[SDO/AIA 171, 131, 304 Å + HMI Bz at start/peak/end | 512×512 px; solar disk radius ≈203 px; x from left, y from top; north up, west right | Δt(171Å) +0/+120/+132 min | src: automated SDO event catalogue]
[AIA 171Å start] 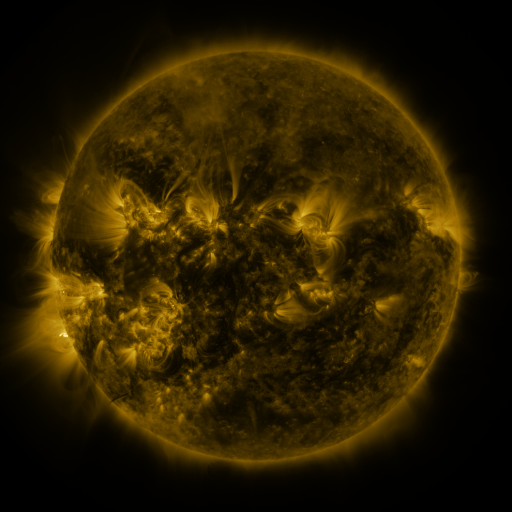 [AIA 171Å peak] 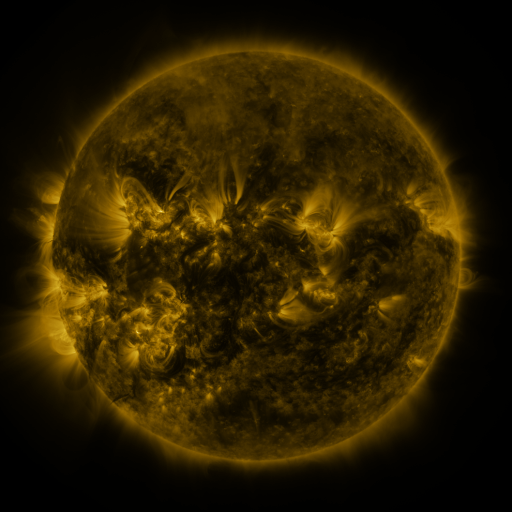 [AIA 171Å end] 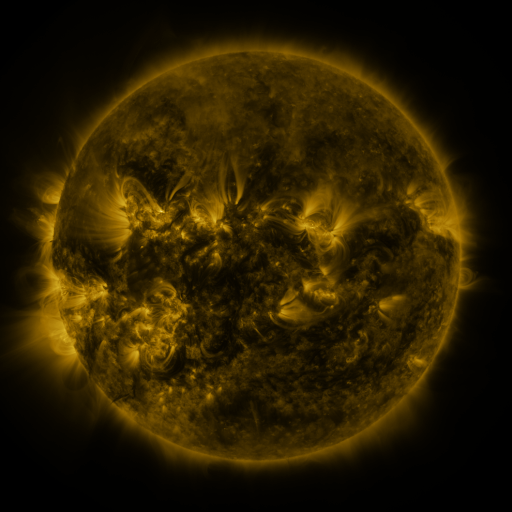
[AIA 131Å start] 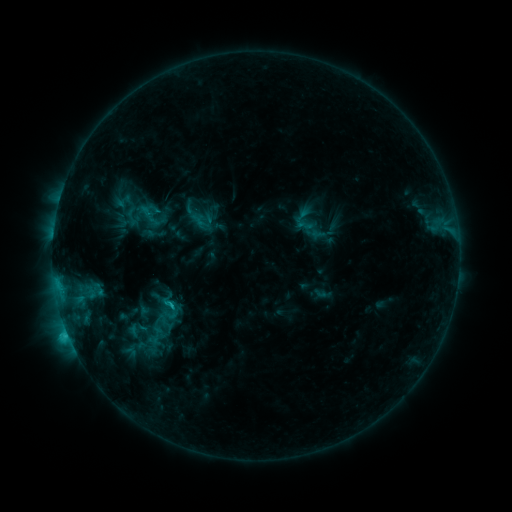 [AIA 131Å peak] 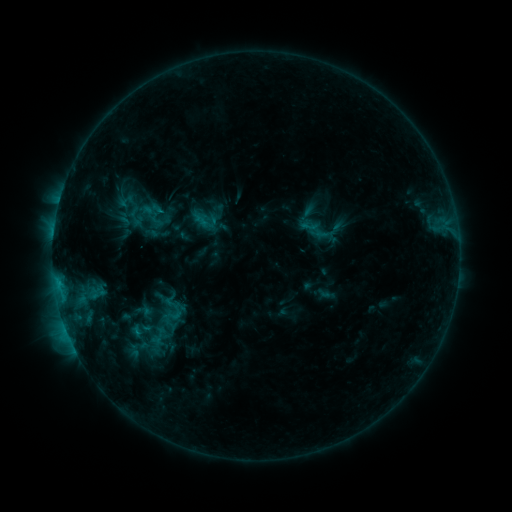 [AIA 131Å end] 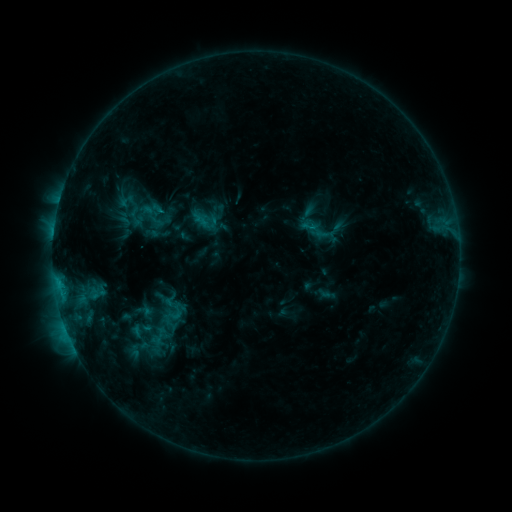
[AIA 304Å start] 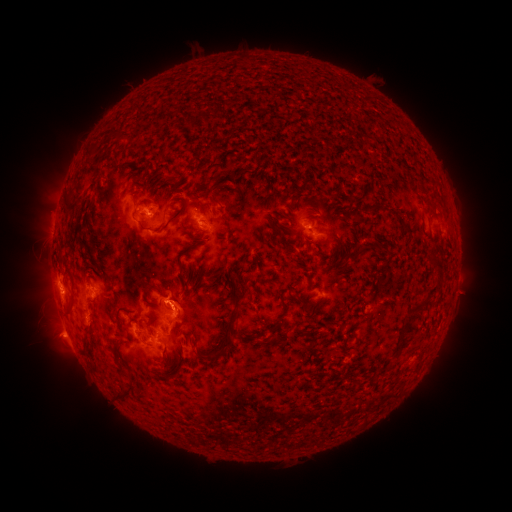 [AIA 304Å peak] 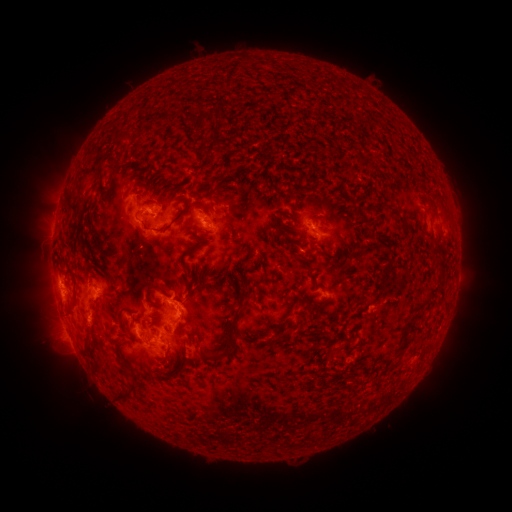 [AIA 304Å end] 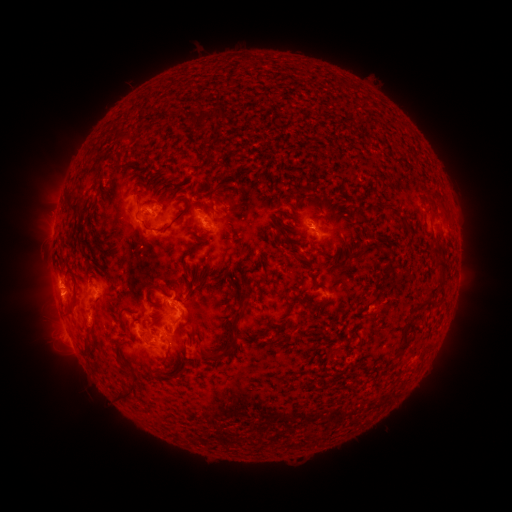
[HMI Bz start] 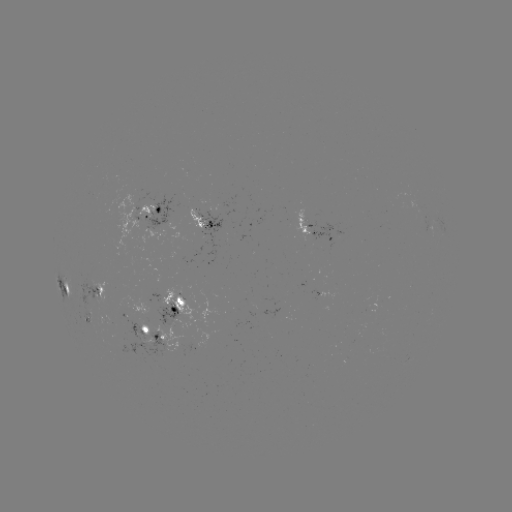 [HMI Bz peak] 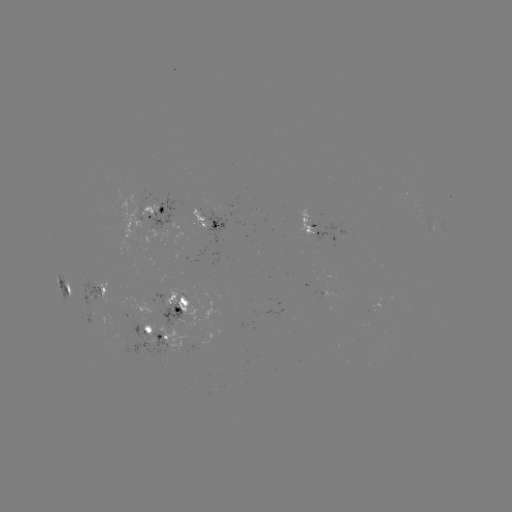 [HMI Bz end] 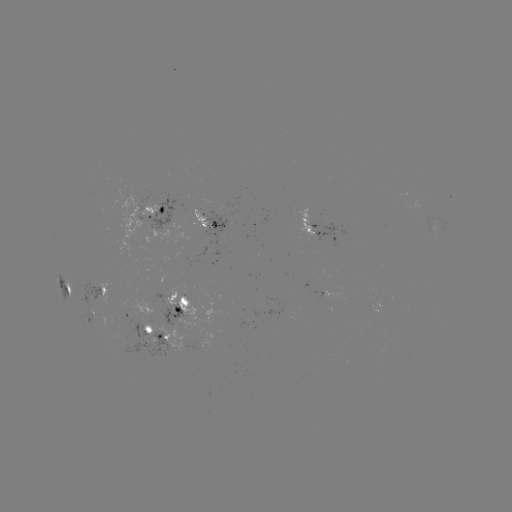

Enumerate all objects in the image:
emerging-flux region: (307, 221)
